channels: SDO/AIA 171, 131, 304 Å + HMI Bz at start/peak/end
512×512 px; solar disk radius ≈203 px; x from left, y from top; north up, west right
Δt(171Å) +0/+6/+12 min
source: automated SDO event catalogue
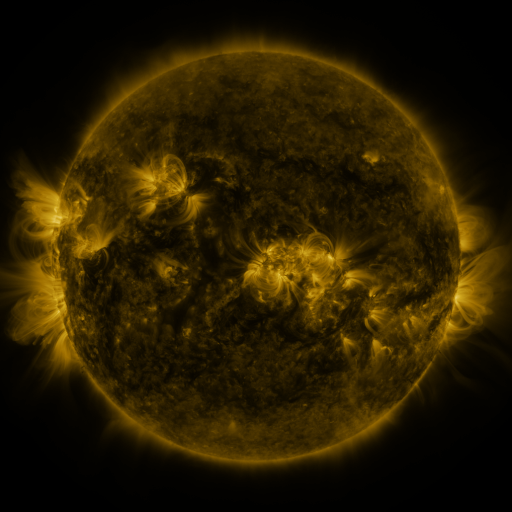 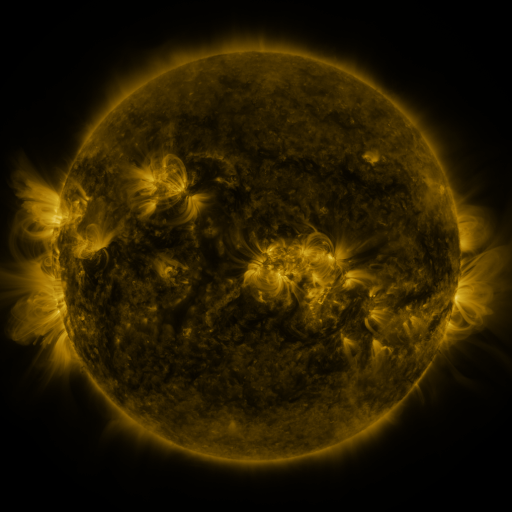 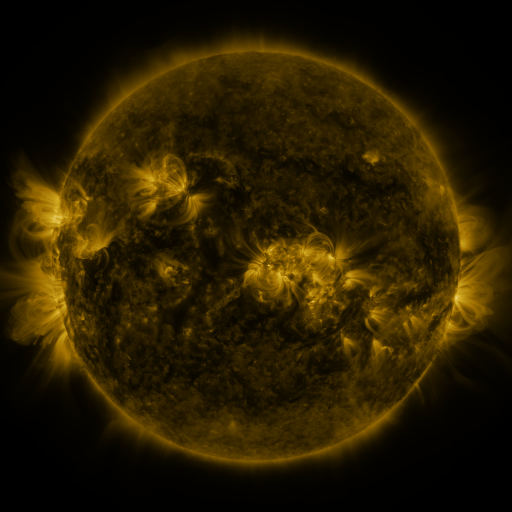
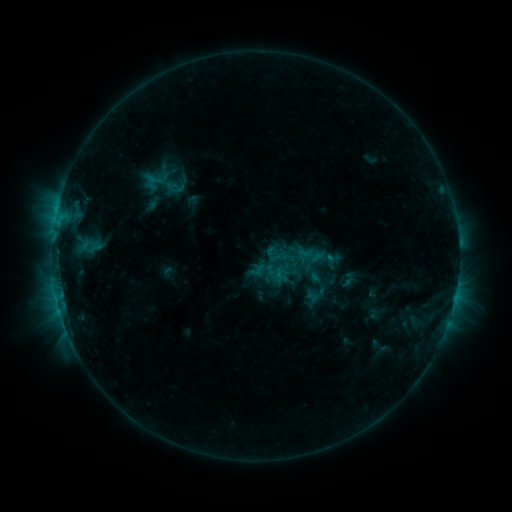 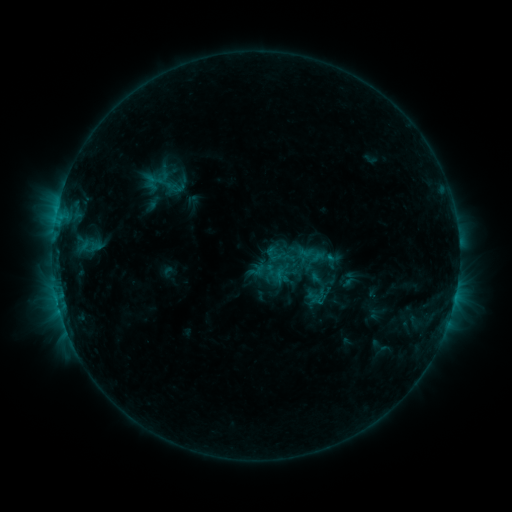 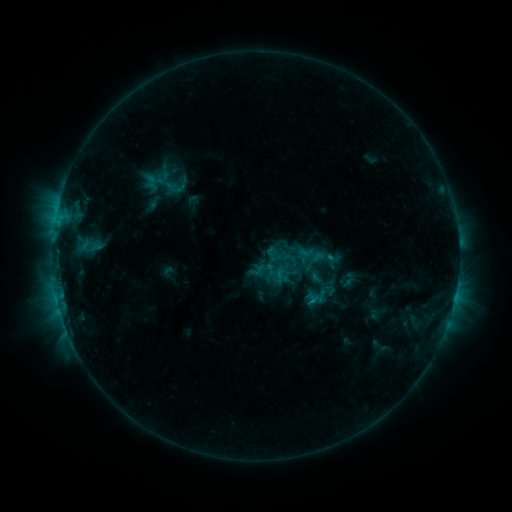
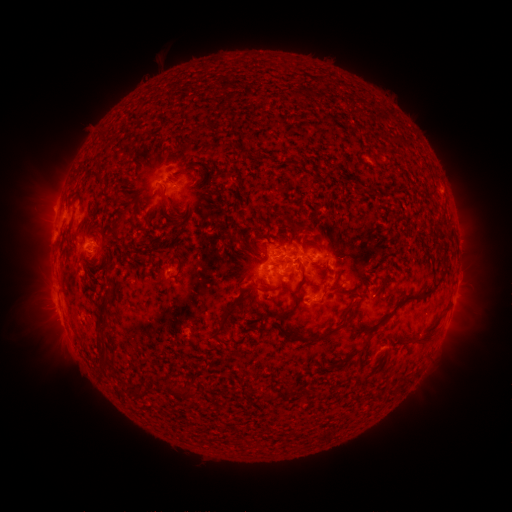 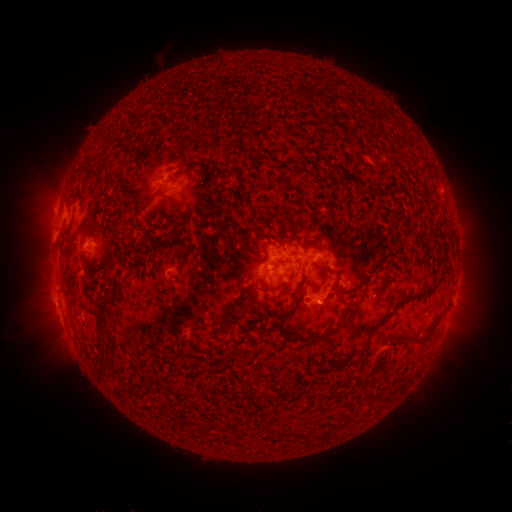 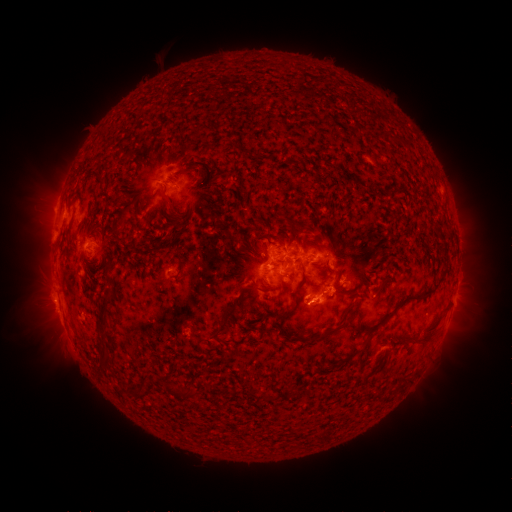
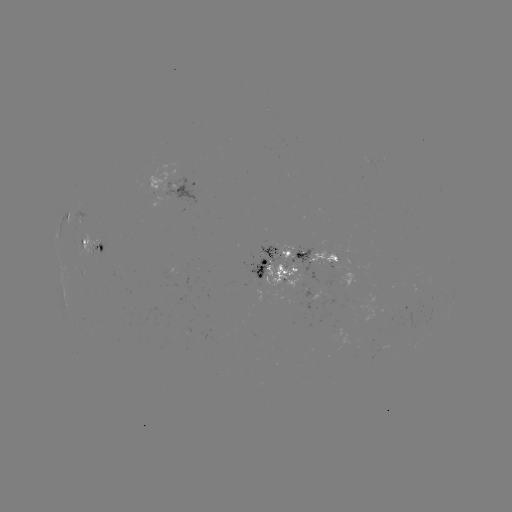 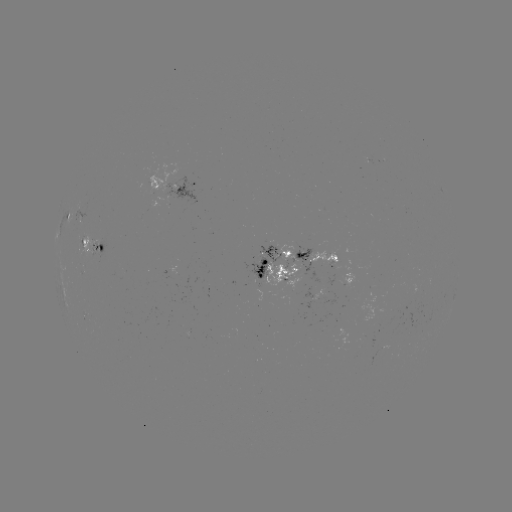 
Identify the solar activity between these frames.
eruption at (340, 296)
